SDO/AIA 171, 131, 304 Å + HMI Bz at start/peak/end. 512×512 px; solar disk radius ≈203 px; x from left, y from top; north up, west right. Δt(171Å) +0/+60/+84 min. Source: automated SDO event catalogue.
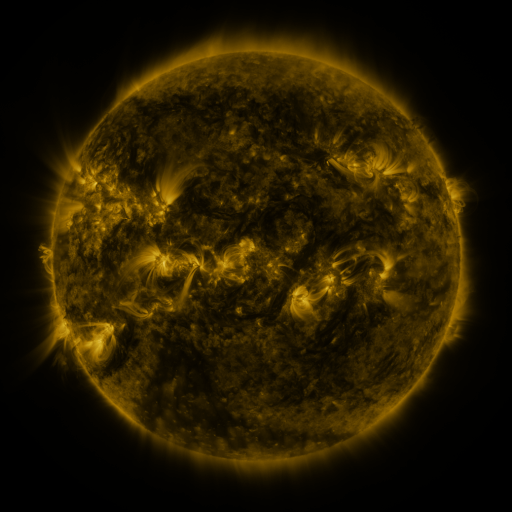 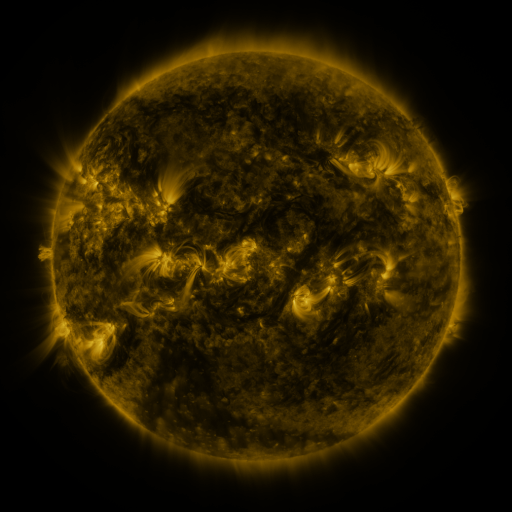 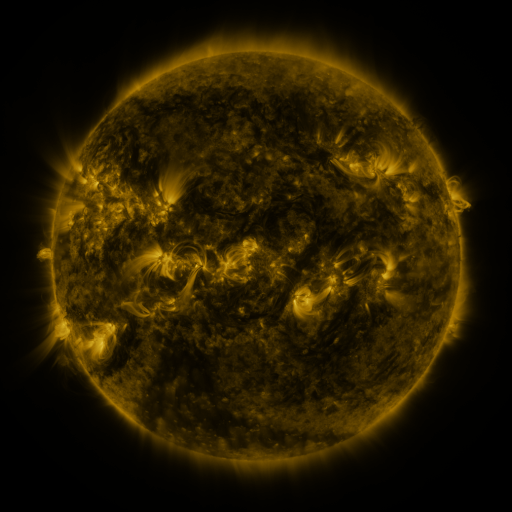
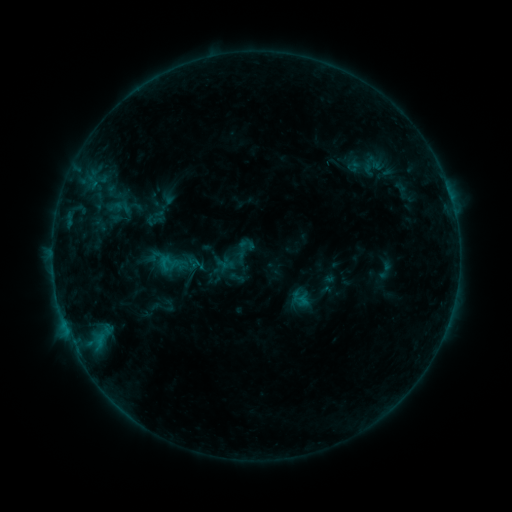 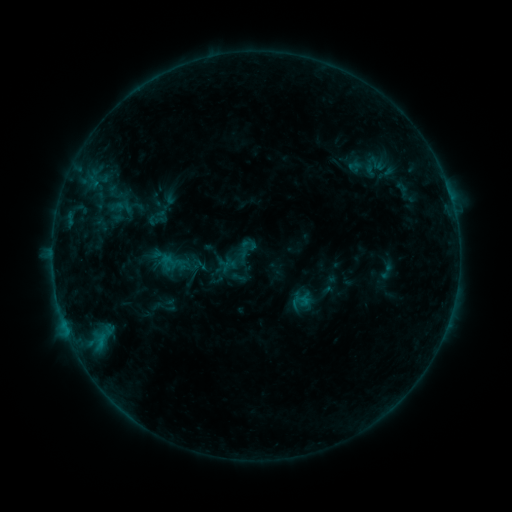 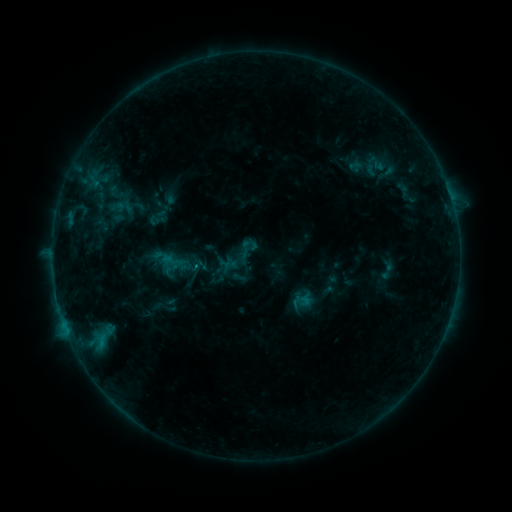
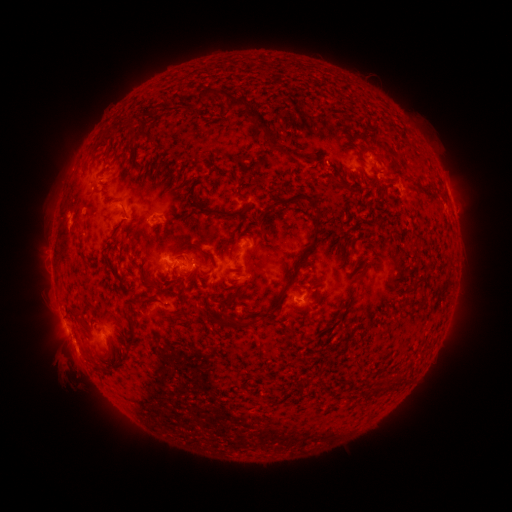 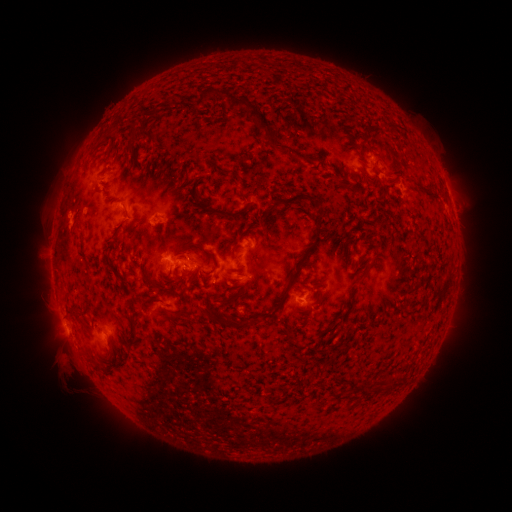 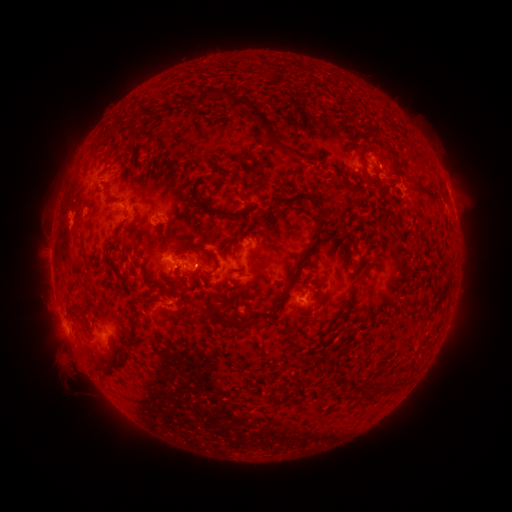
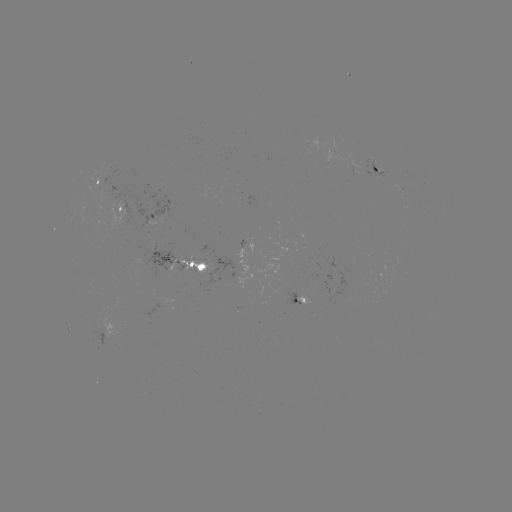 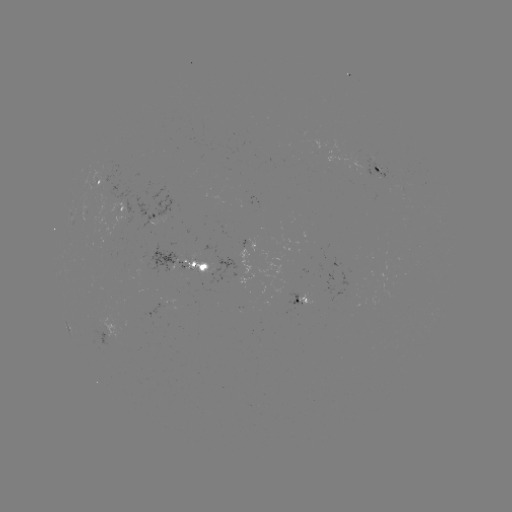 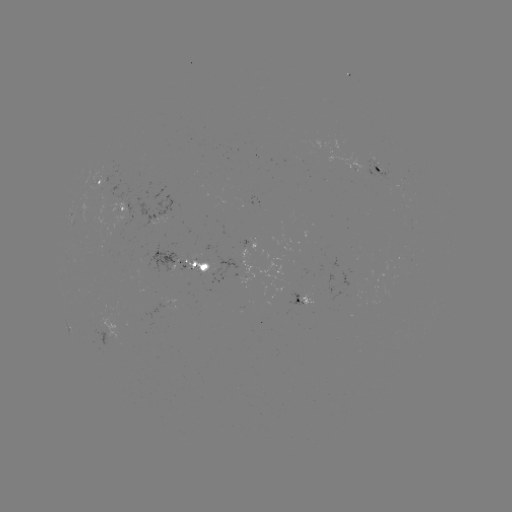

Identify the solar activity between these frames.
emerging-flux region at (101, 206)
